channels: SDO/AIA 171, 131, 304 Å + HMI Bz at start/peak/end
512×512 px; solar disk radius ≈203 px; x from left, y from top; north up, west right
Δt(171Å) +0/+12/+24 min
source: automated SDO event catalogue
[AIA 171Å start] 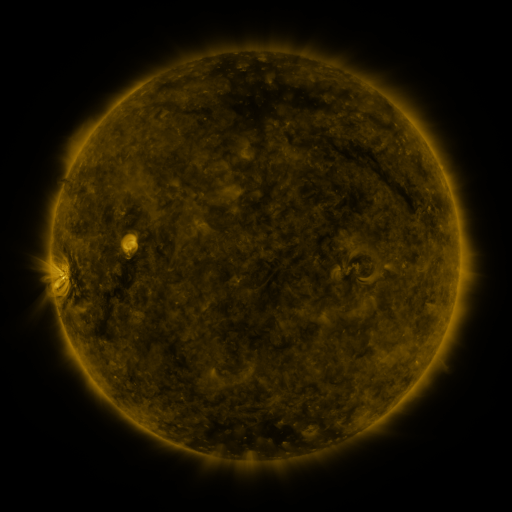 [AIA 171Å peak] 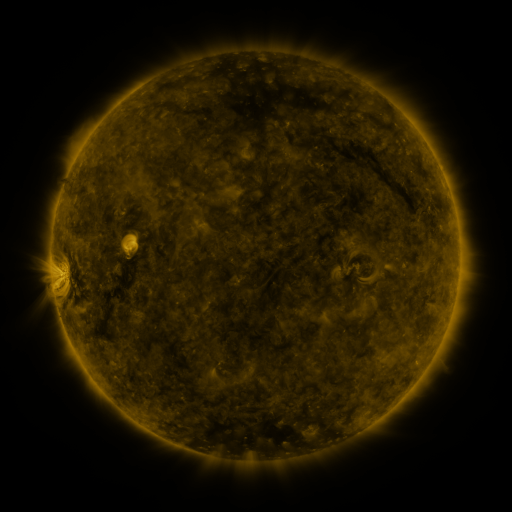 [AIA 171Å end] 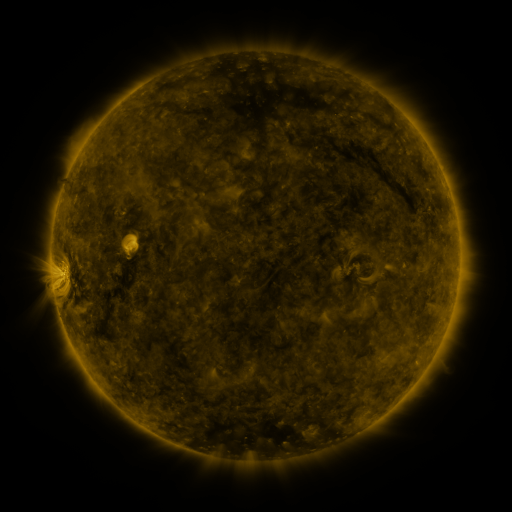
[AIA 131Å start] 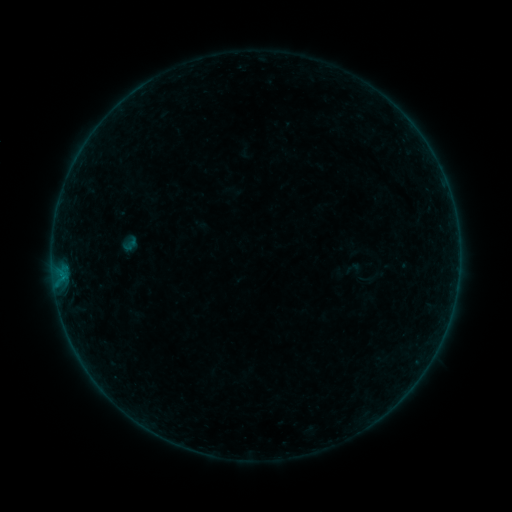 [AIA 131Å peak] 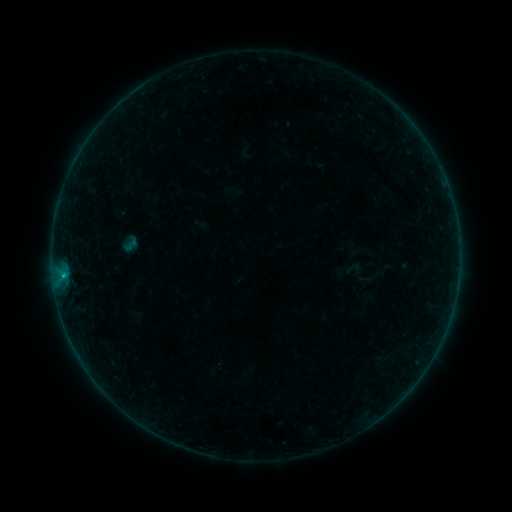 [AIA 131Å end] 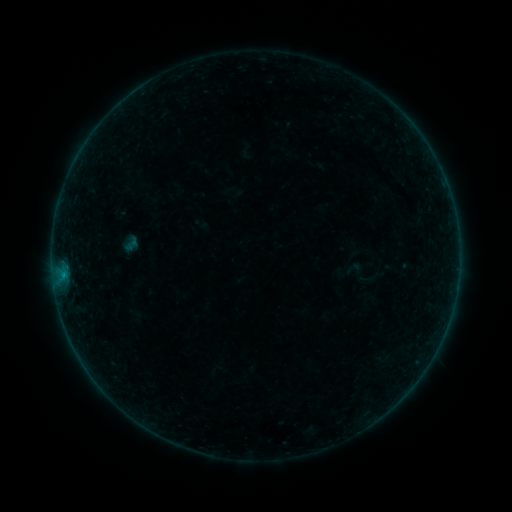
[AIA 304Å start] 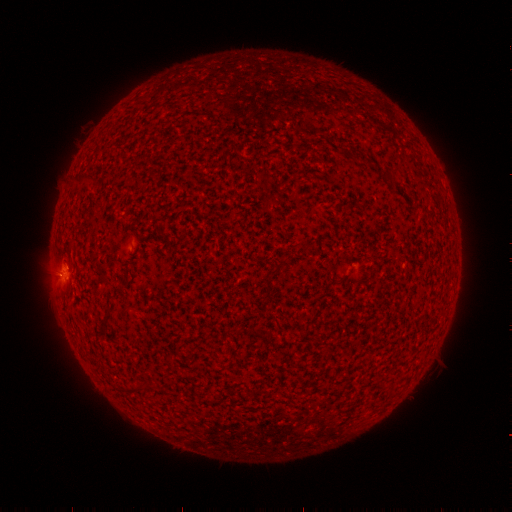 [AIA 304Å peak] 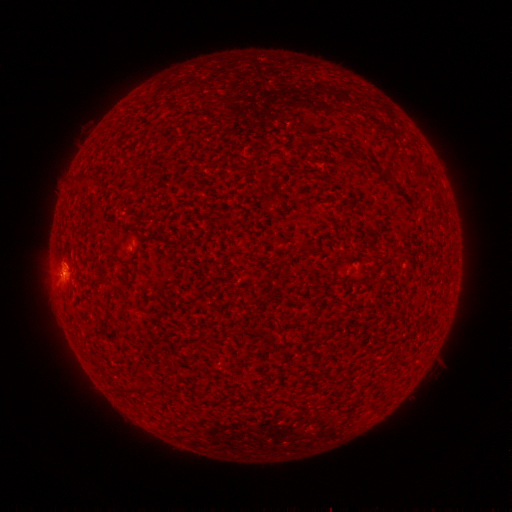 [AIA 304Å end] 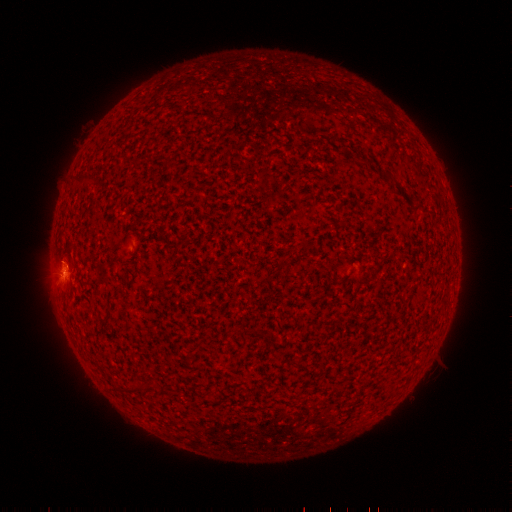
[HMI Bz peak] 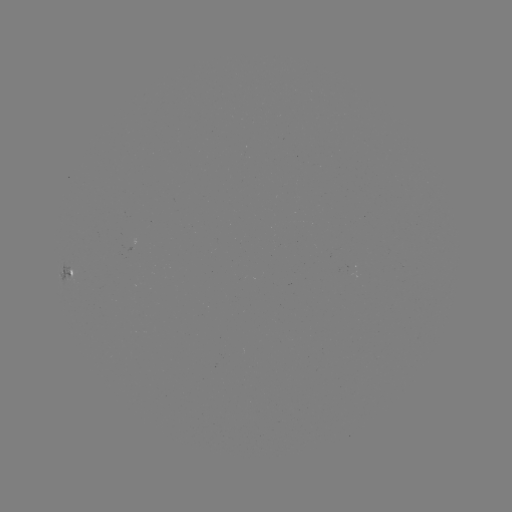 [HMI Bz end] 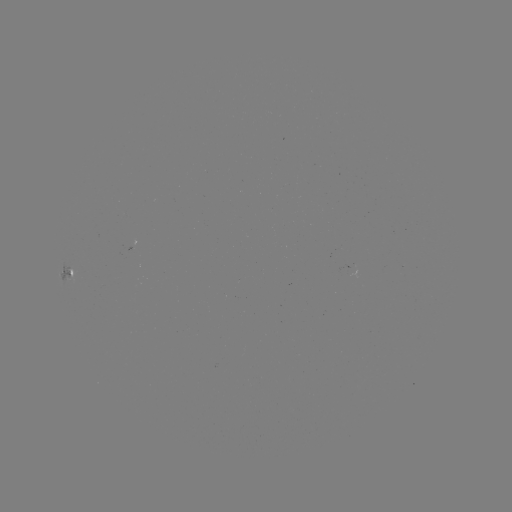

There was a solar flare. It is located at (63, 273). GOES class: B2.7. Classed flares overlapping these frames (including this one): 1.